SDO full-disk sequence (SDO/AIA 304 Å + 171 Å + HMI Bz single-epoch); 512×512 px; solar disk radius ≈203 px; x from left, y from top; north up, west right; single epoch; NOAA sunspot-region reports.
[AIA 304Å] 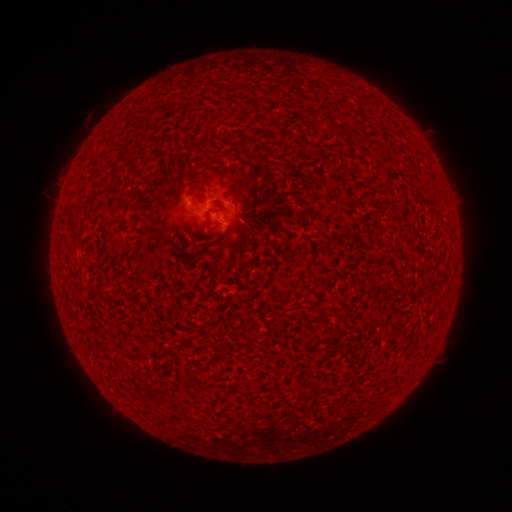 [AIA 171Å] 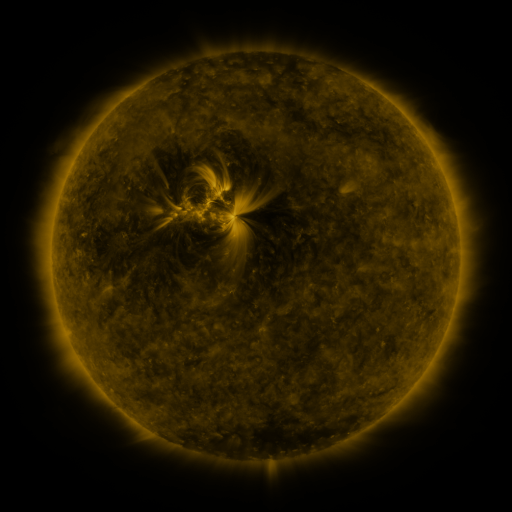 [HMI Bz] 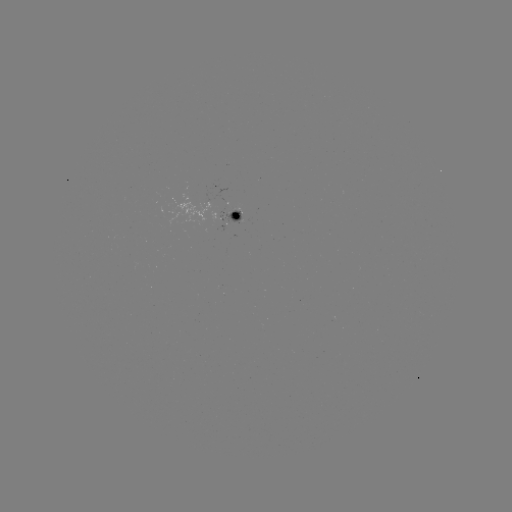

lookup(spotted active region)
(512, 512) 231,214